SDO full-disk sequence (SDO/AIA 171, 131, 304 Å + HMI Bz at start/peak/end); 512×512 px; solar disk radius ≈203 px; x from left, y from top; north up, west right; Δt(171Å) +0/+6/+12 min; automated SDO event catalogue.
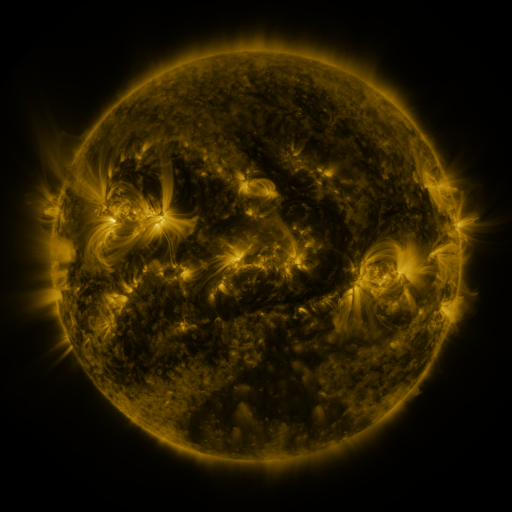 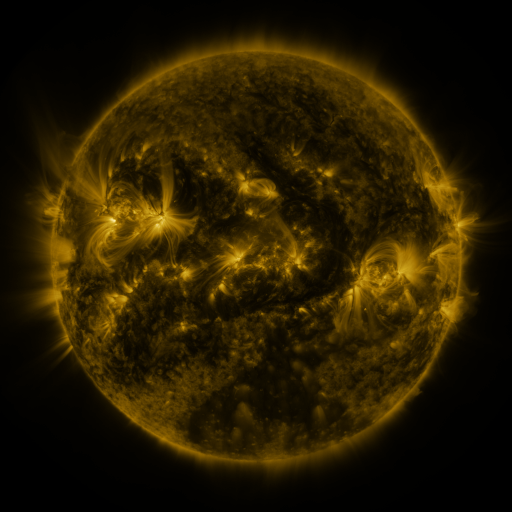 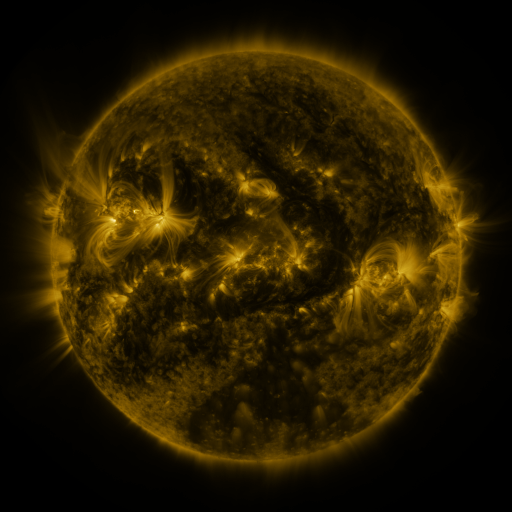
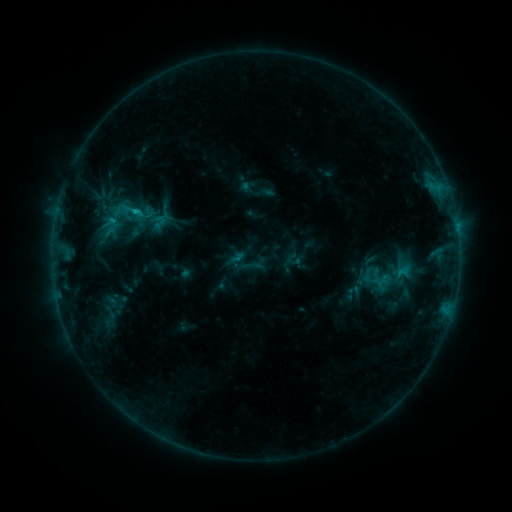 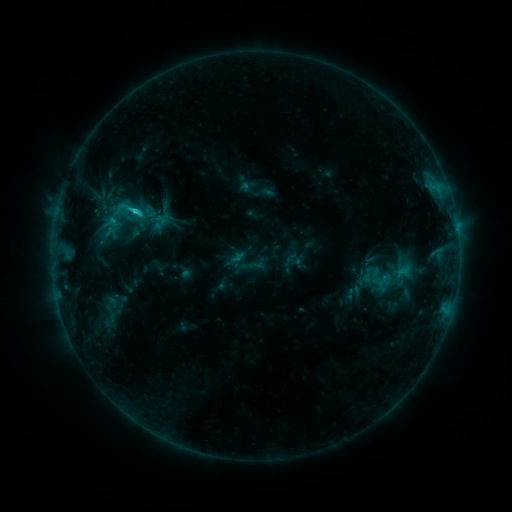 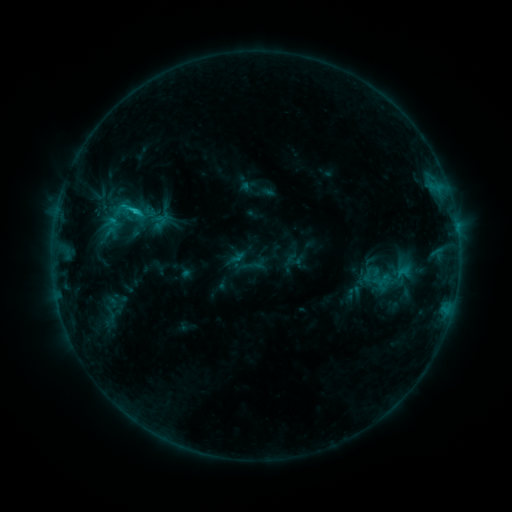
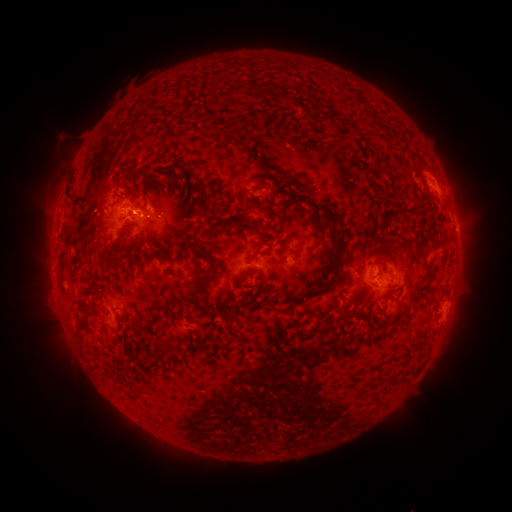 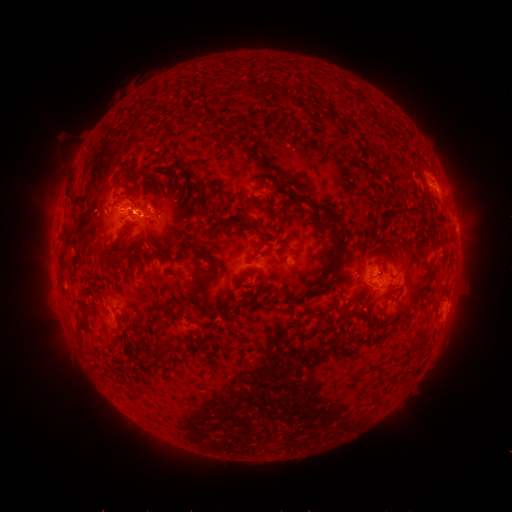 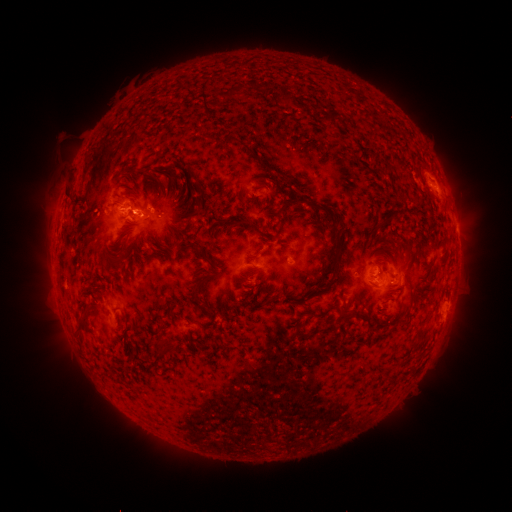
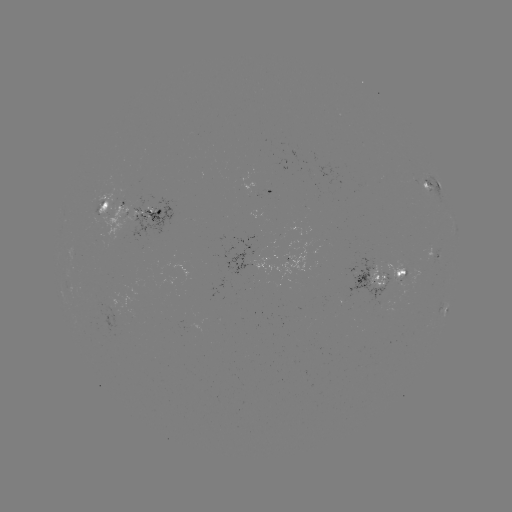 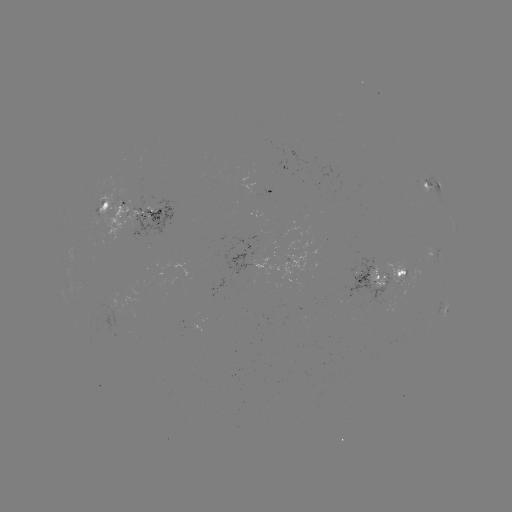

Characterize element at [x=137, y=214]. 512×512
C1.6 flare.